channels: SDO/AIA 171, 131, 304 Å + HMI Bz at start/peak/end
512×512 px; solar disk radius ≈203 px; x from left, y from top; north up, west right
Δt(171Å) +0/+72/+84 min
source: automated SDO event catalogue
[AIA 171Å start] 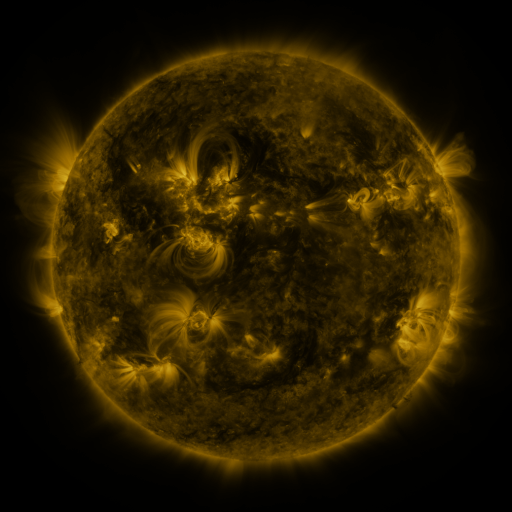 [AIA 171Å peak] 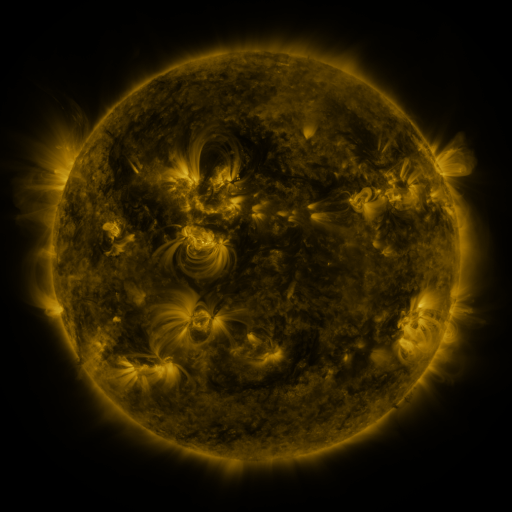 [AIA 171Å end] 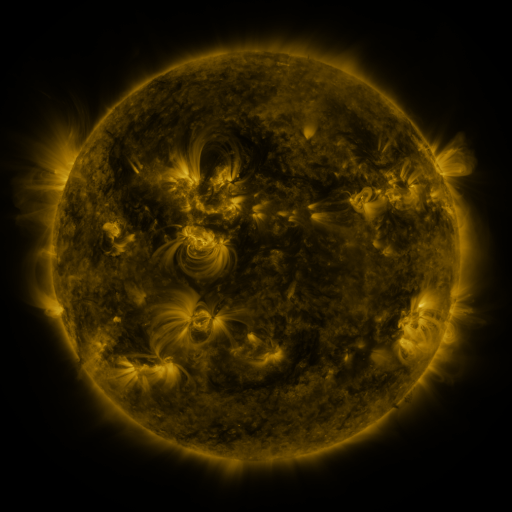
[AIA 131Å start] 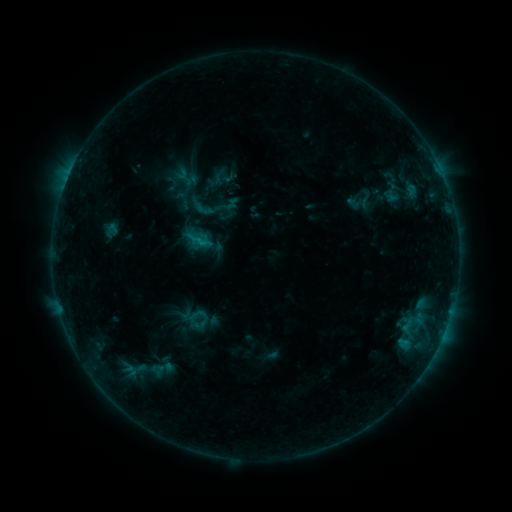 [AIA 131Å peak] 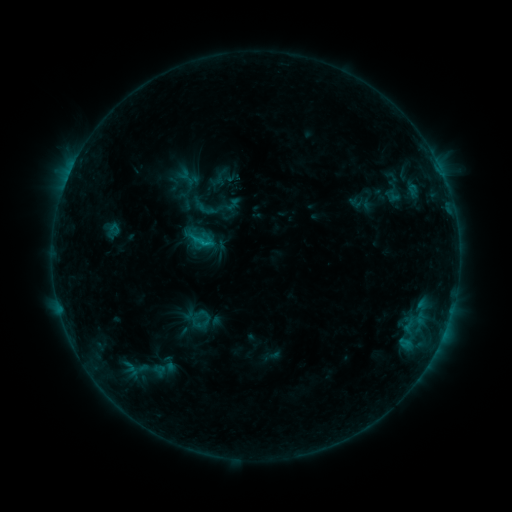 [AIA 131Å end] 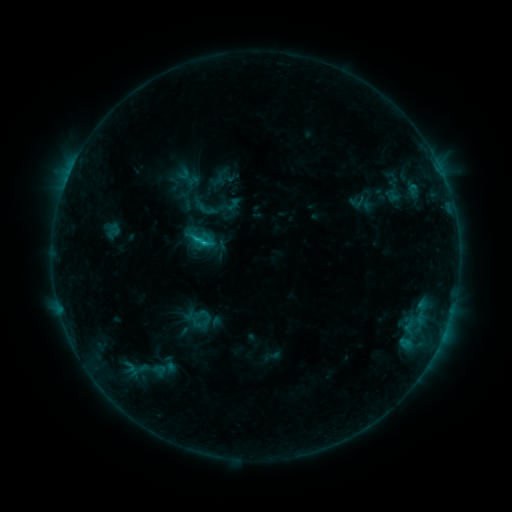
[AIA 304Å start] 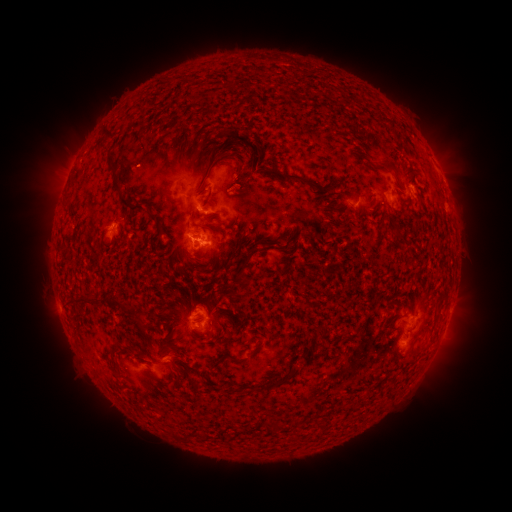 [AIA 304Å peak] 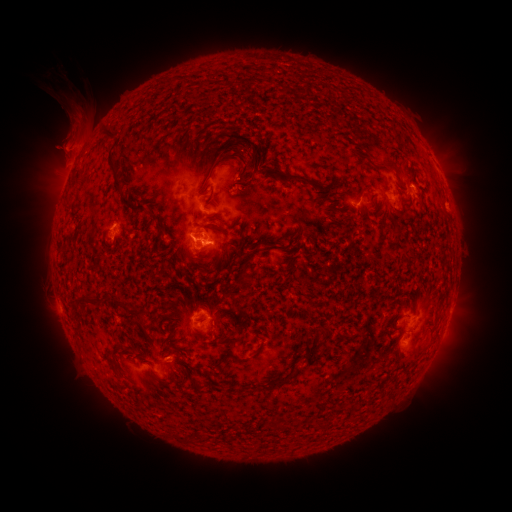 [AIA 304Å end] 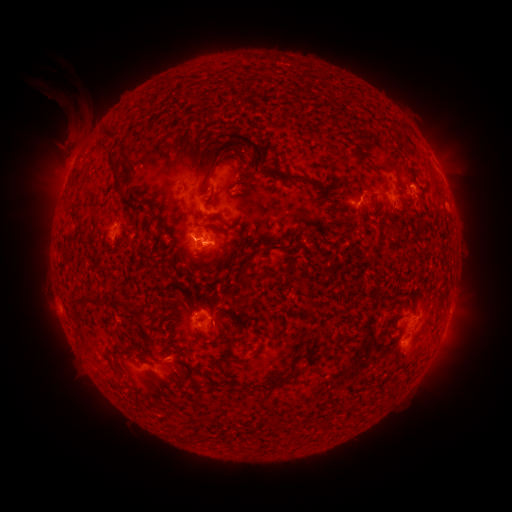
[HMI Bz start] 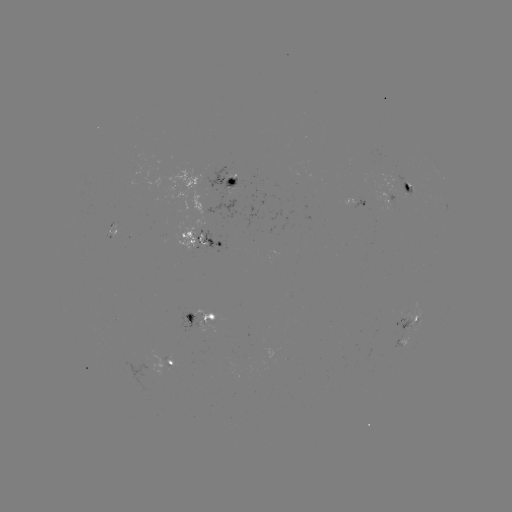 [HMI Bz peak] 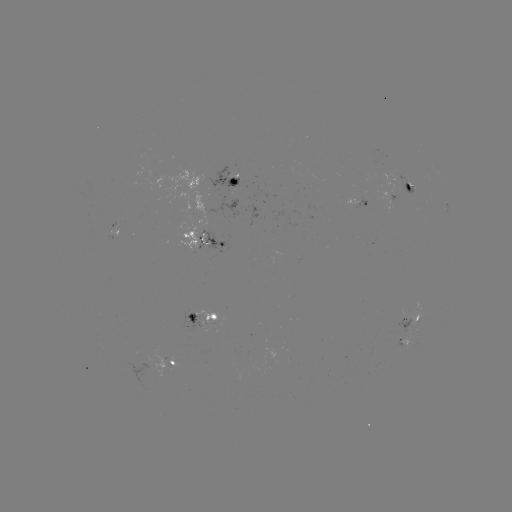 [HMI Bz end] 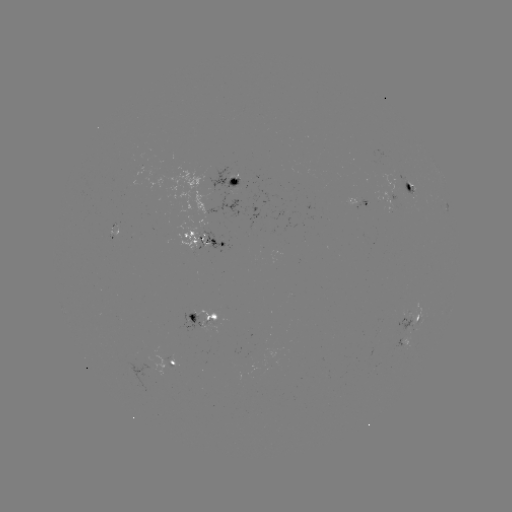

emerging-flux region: [146, 168, 235, 252]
